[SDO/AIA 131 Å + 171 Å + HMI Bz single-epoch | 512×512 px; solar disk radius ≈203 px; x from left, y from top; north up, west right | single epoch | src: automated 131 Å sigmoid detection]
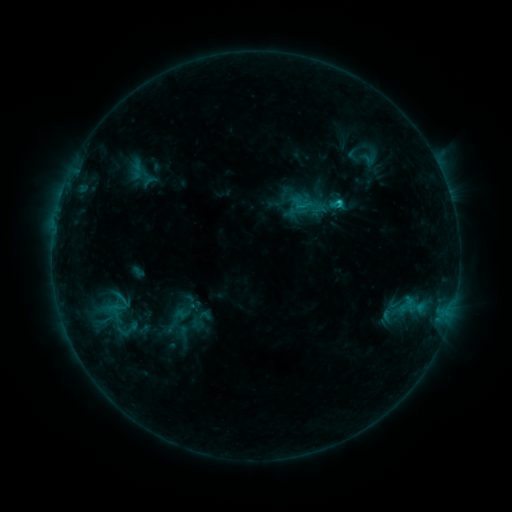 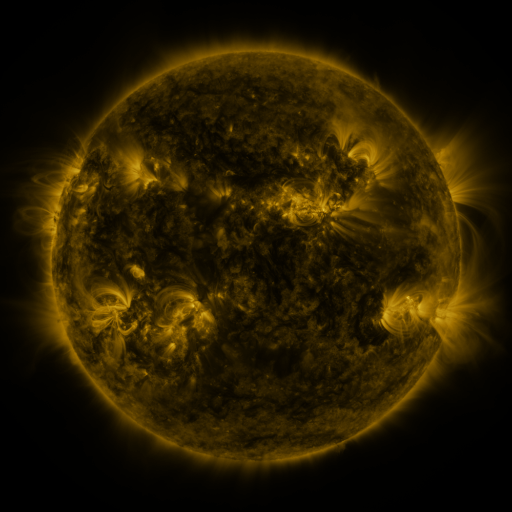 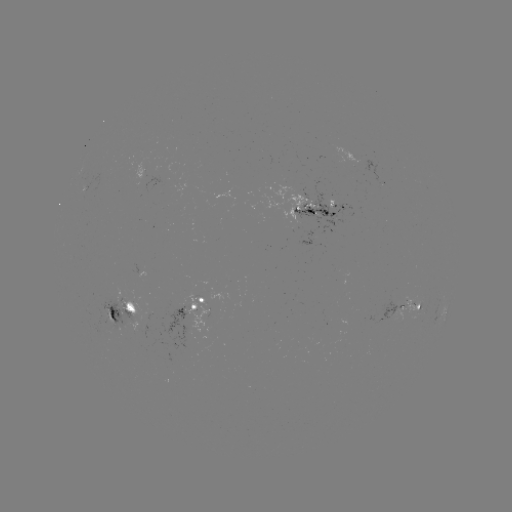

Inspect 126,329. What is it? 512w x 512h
sigmoid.